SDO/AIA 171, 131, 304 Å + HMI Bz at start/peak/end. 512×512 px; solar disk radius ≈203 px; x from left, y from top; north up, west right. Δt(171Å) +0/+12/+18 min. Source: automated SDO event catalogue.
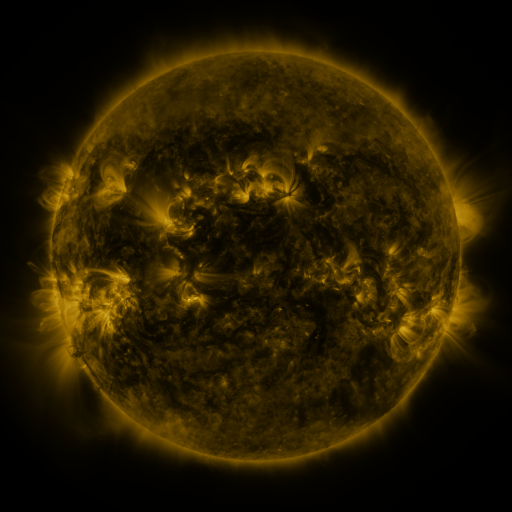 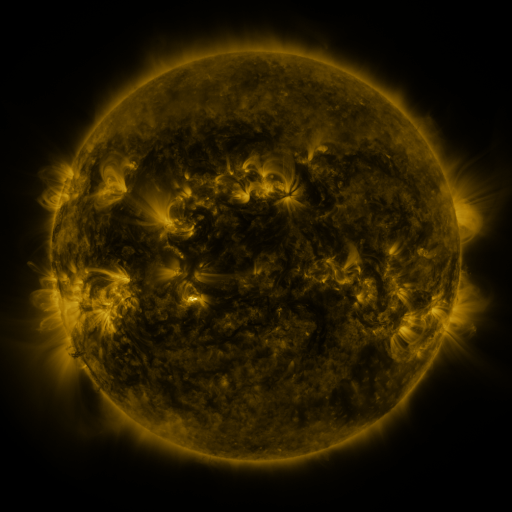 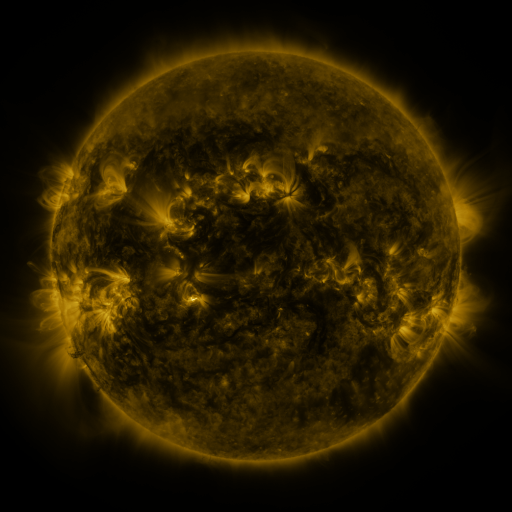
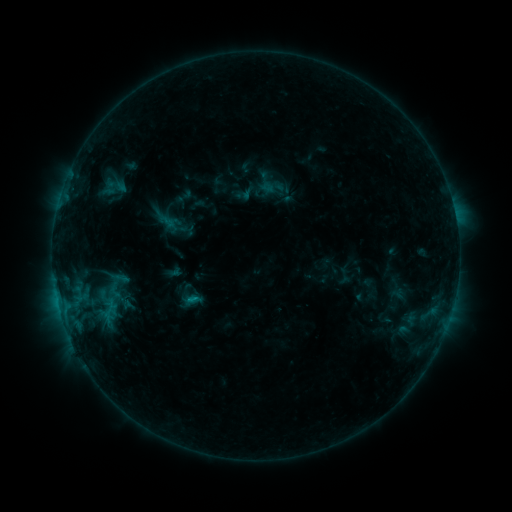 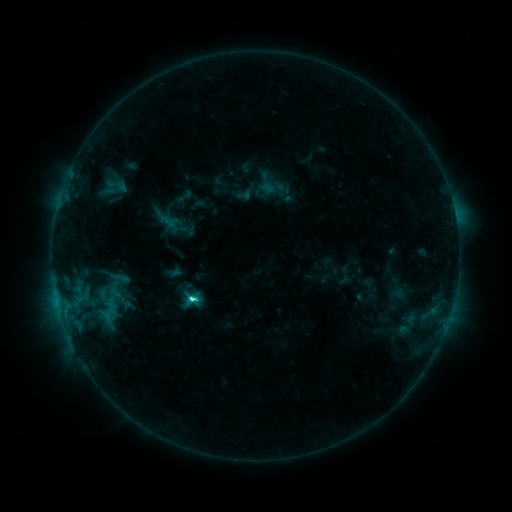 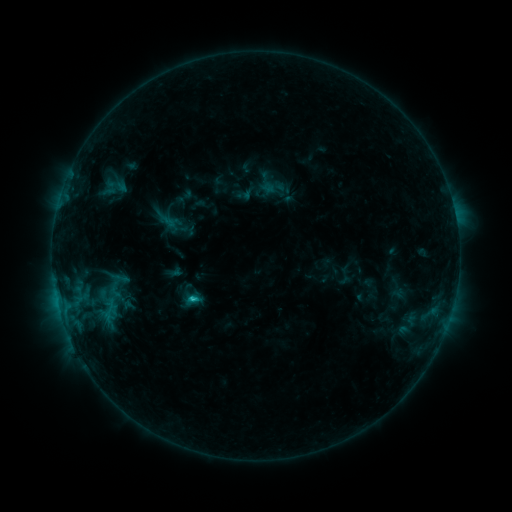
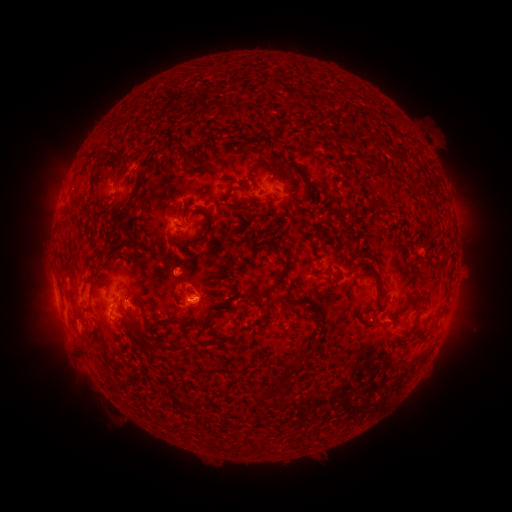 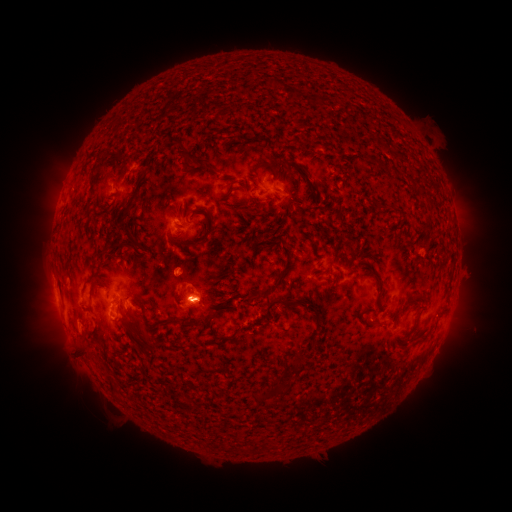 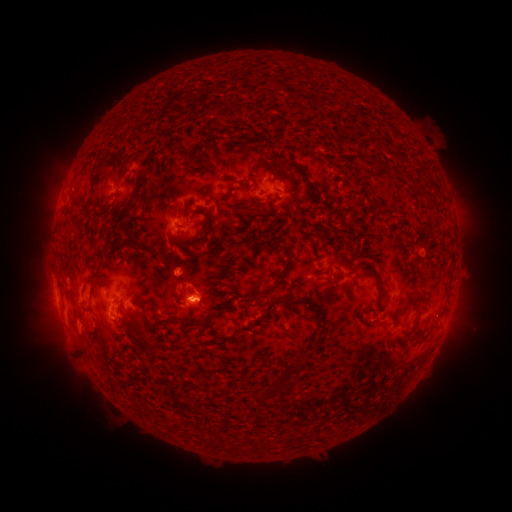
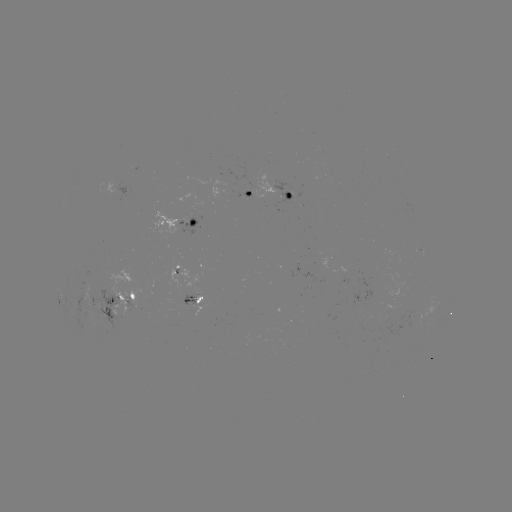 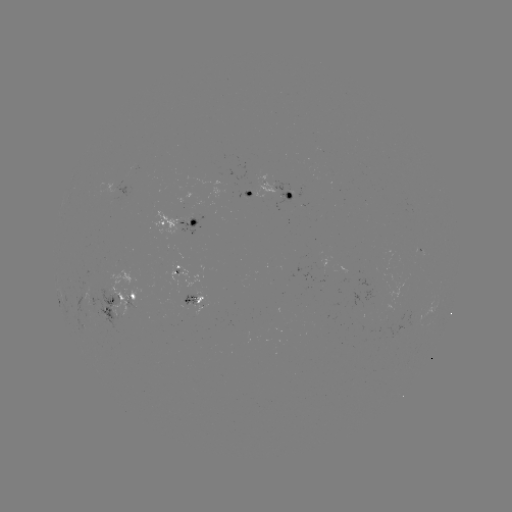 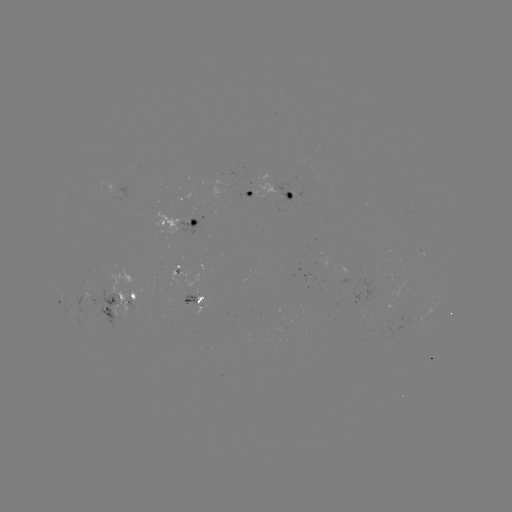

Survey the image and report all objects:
C3.3 flare: (192, 297)
